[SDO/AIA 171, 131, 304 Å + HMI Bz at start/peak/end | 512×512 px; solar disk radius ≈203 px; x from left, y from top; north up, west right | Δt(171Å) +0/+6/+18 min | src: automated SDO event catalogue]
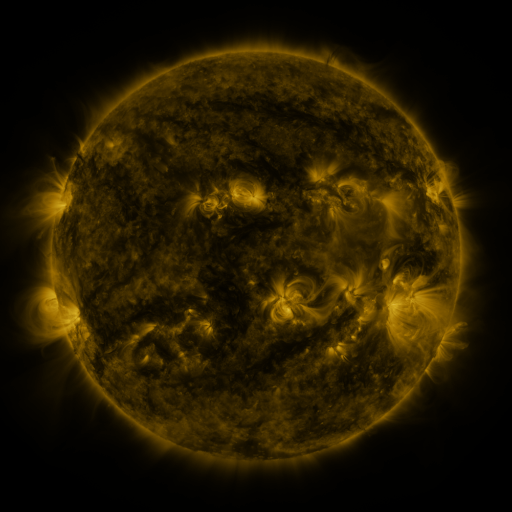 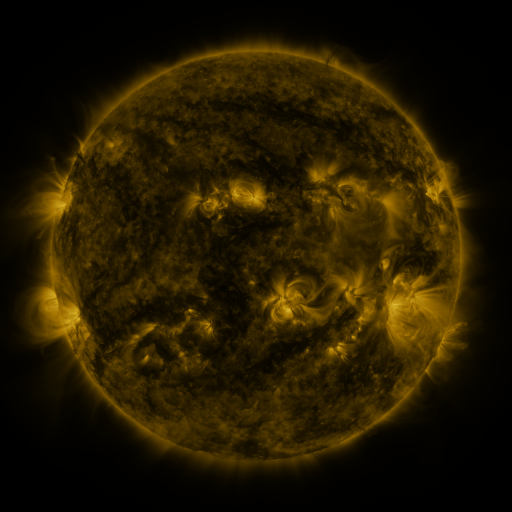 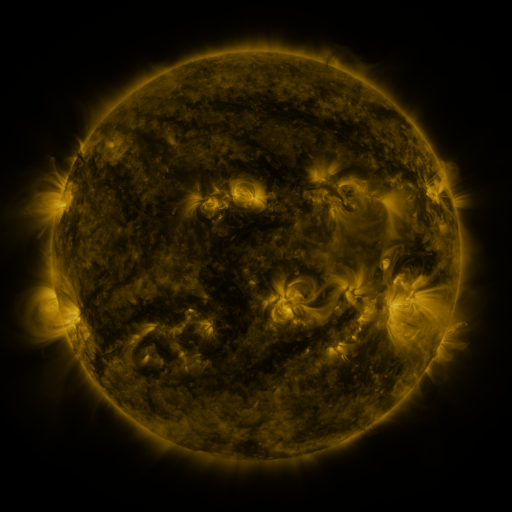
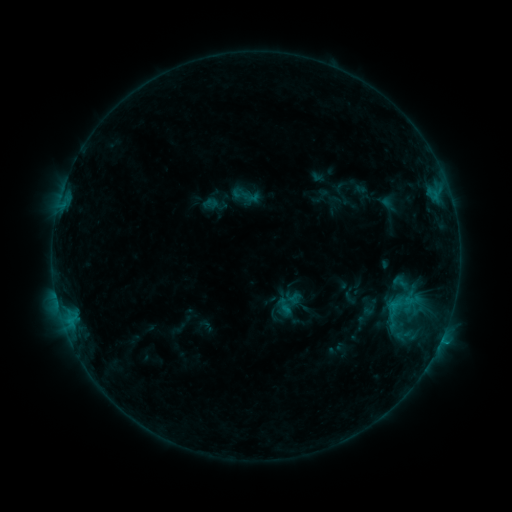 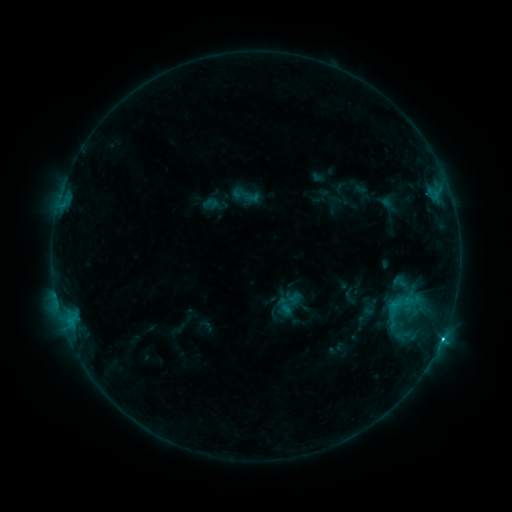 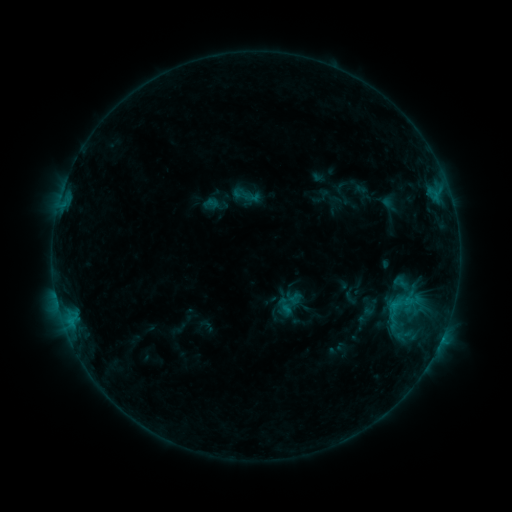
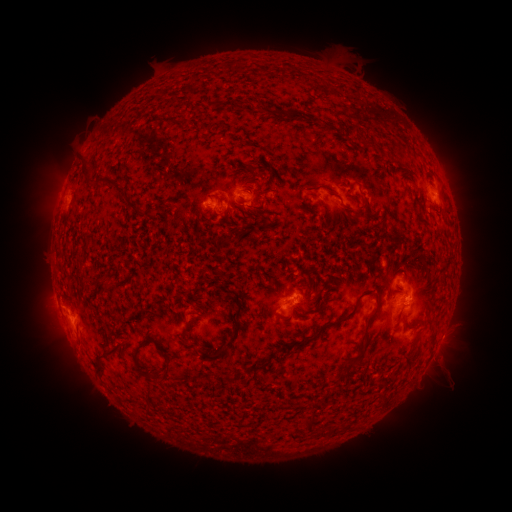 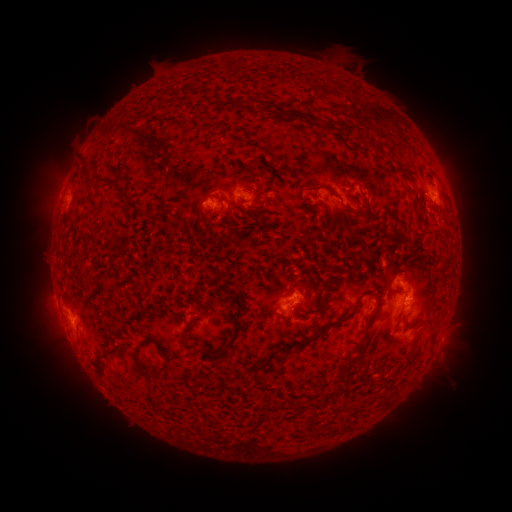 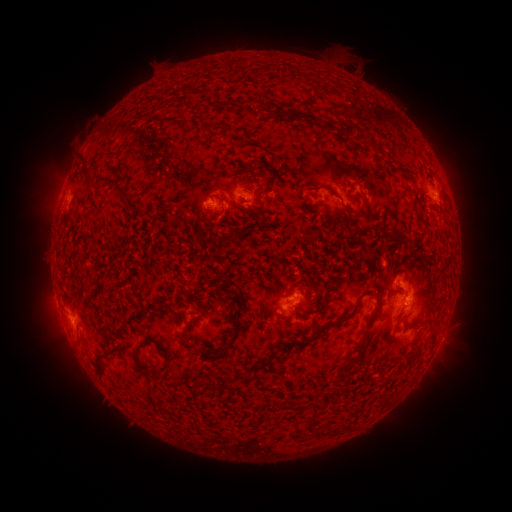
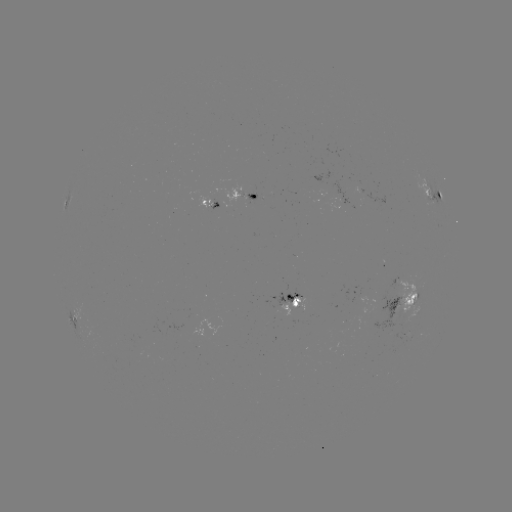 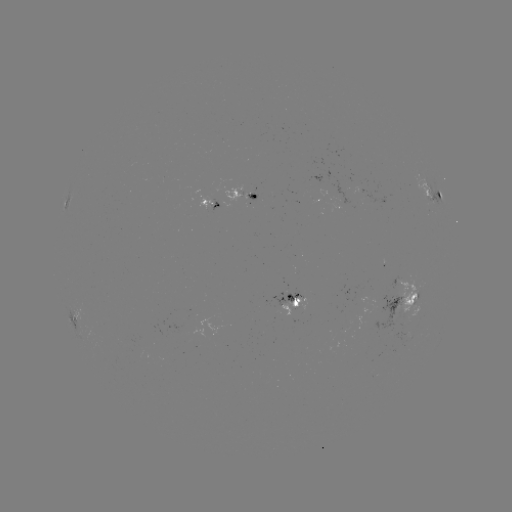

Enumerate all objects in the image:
C1.2 flare: (441, 337)
